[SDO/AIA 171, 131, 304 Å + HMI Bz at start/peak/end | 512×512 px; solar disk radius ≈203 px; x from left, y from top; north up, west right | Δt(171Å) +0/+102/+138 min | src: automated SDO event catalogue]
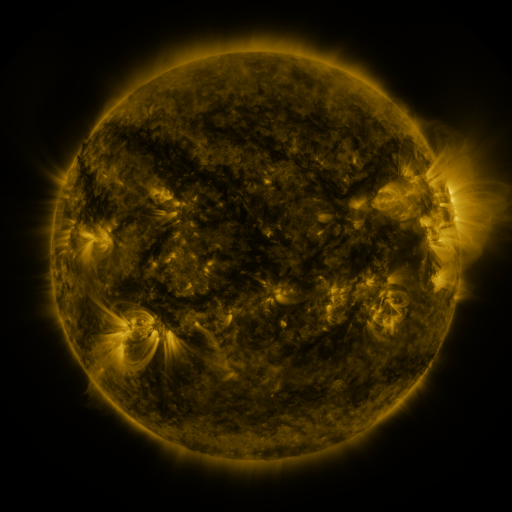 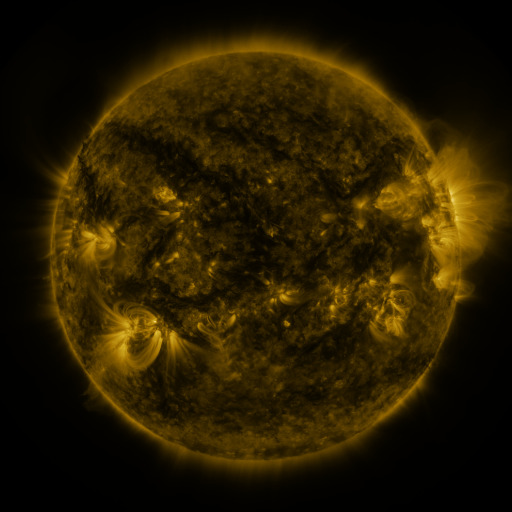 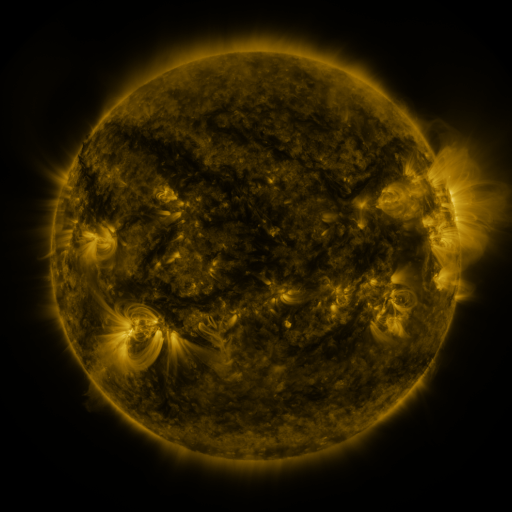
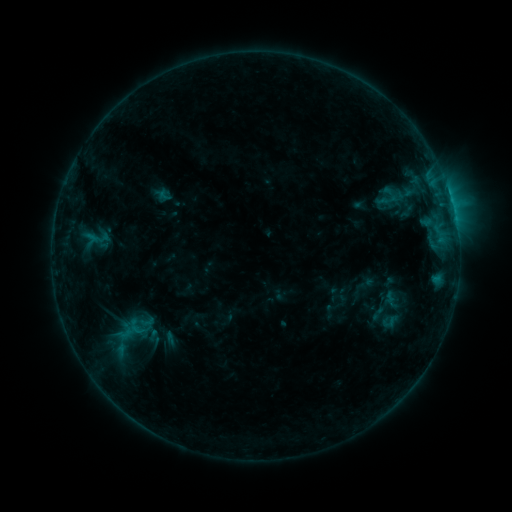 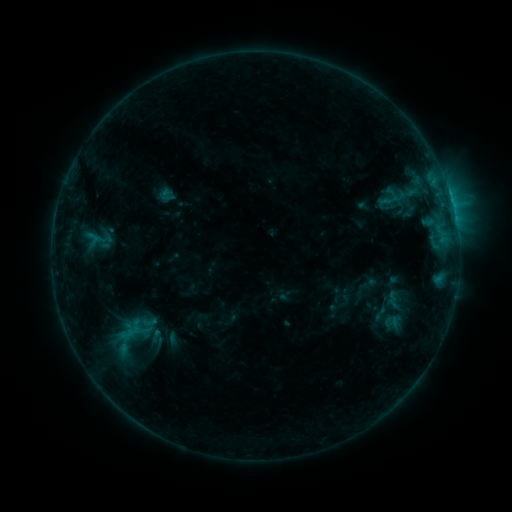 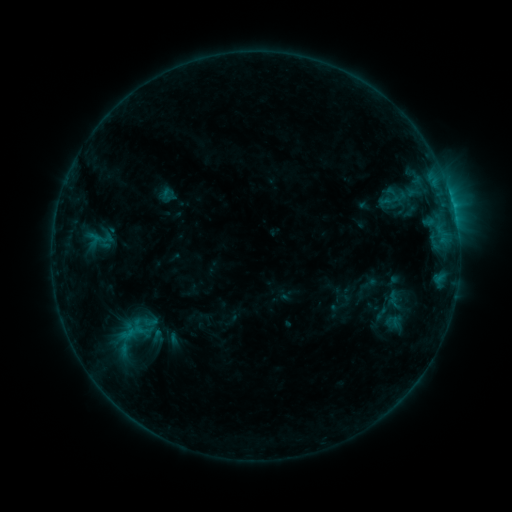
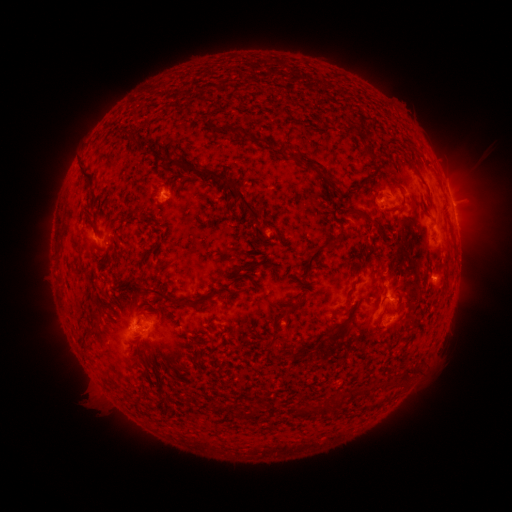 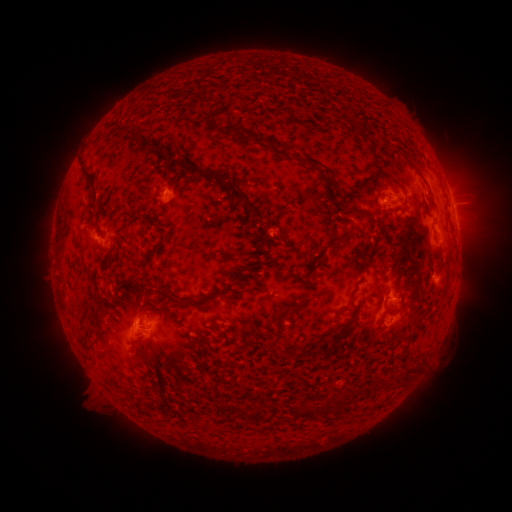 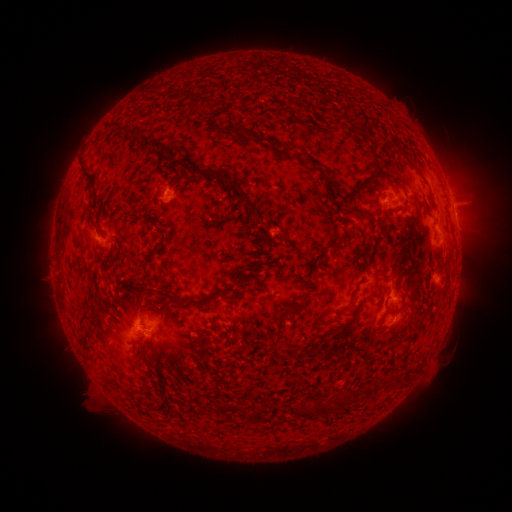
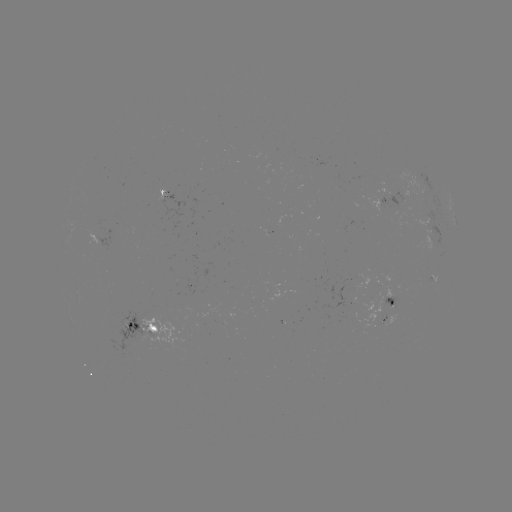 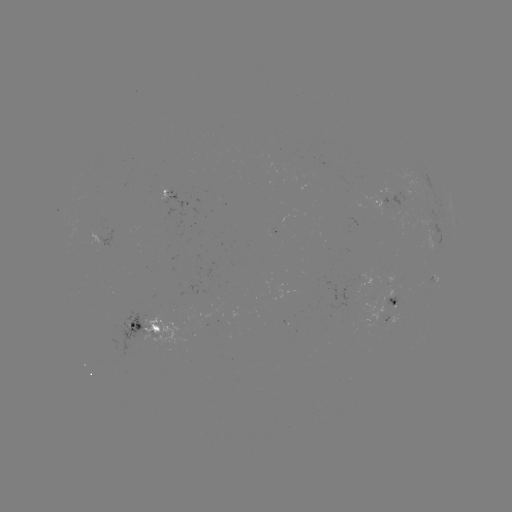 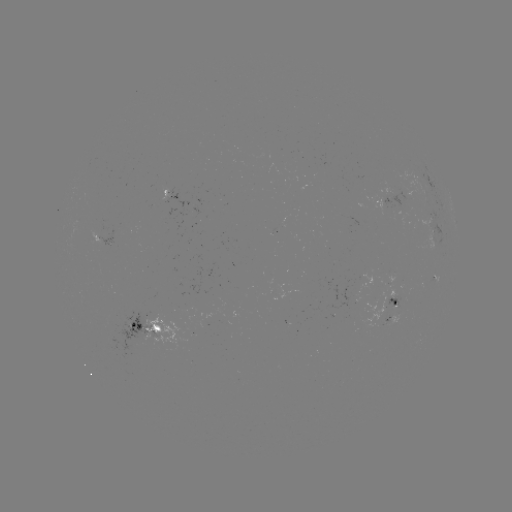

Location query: emerging-flux region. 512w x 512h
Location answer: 382,204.